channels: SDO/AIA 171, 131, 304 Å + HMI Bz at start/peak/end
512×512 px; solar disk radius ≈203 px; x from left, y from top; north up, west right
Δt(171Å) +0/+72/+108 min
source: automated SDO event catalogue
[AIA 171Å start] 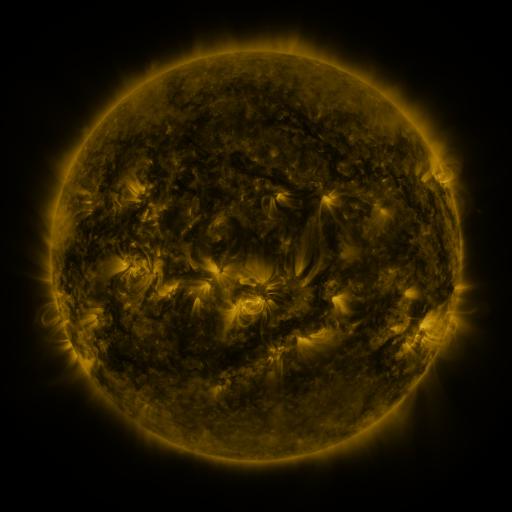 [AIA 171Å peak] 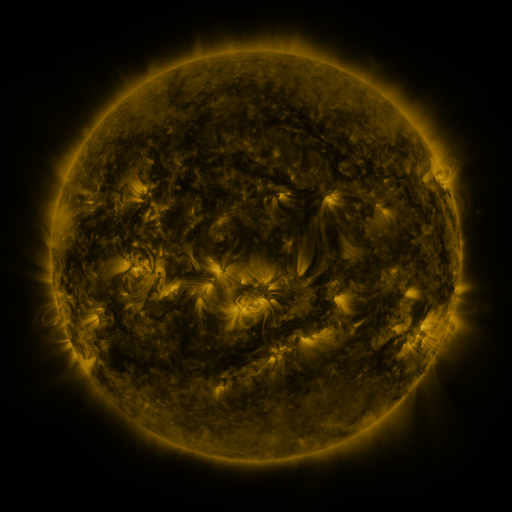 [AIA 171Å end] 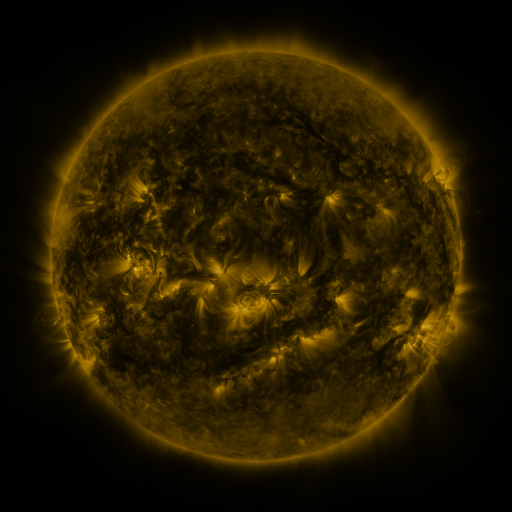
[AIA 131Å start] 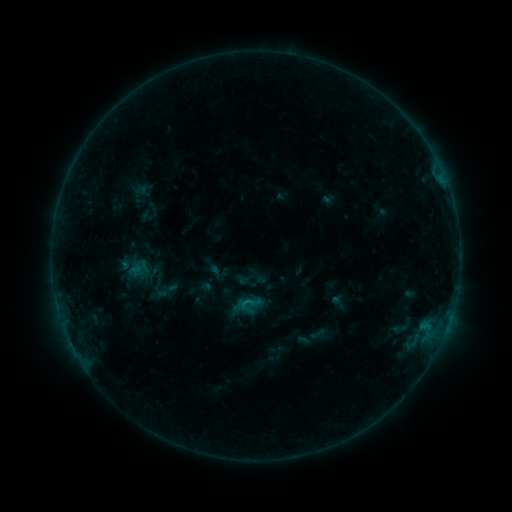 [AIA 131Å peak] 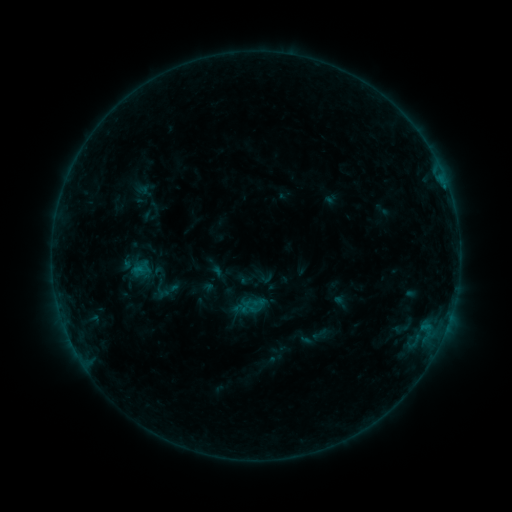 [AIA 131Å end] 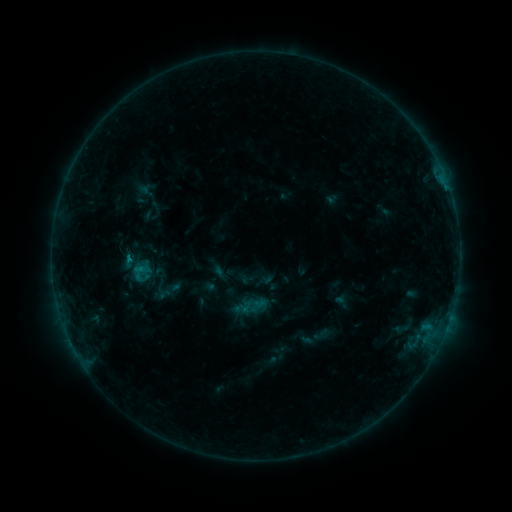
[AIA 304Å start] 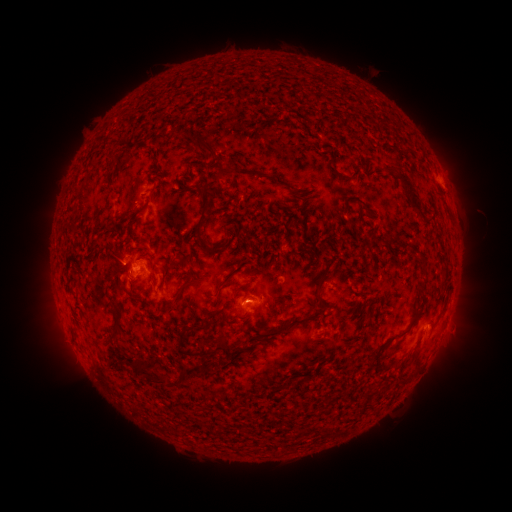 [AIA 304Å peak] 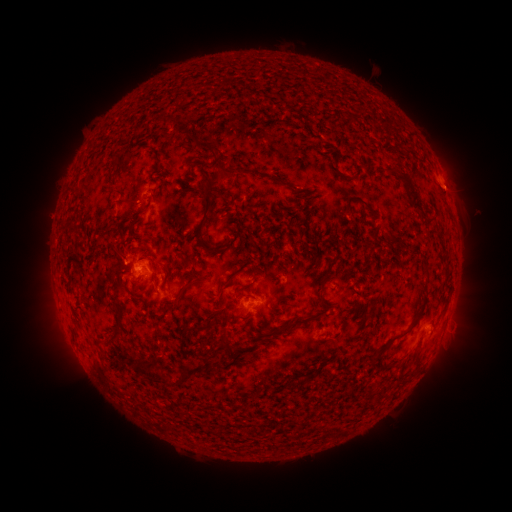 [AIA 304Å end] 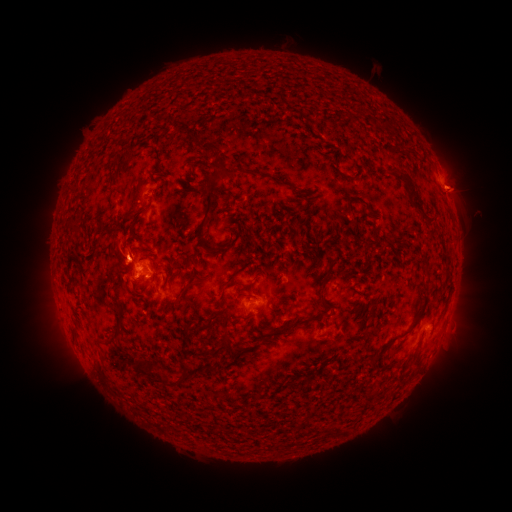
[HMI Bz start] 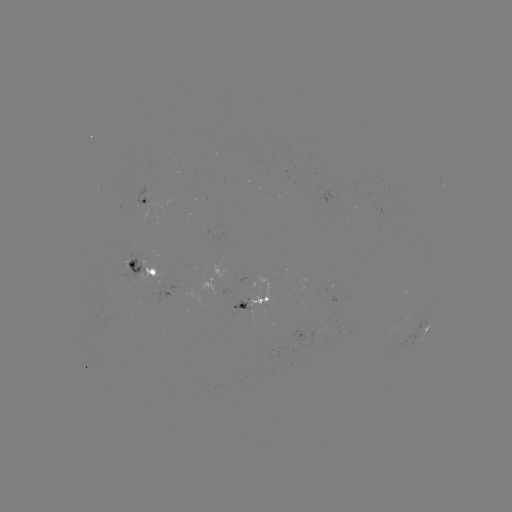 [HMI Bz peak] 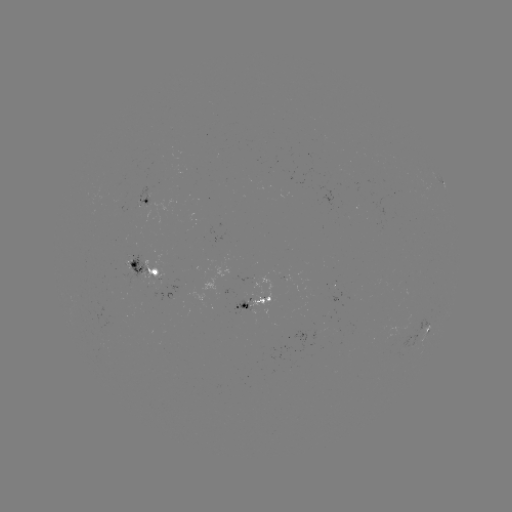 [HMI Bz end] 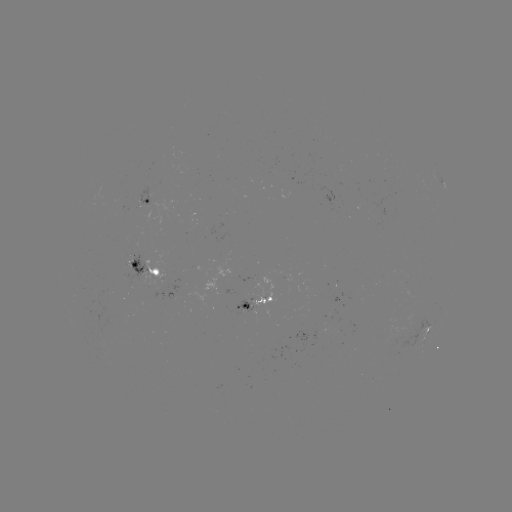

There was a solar emerging-flux region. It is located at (141, 200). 